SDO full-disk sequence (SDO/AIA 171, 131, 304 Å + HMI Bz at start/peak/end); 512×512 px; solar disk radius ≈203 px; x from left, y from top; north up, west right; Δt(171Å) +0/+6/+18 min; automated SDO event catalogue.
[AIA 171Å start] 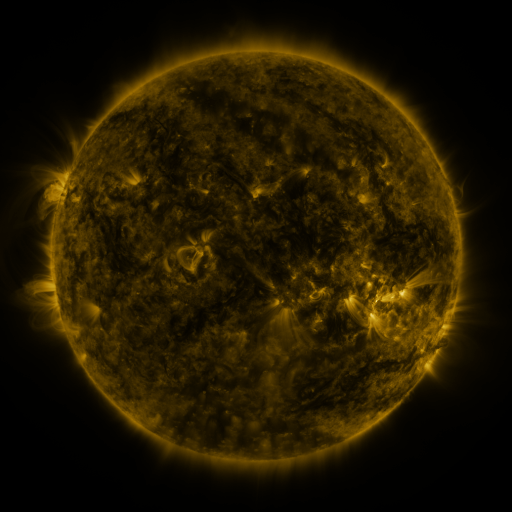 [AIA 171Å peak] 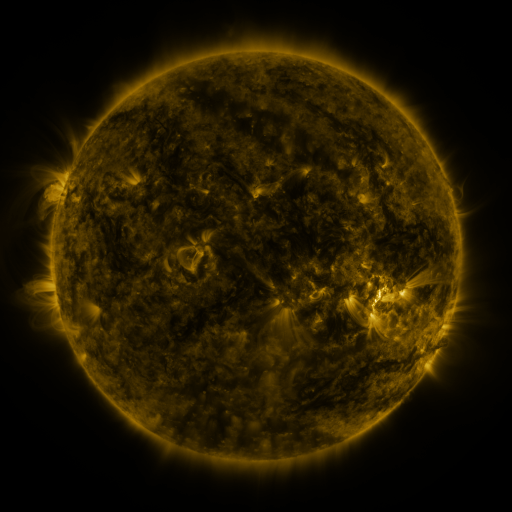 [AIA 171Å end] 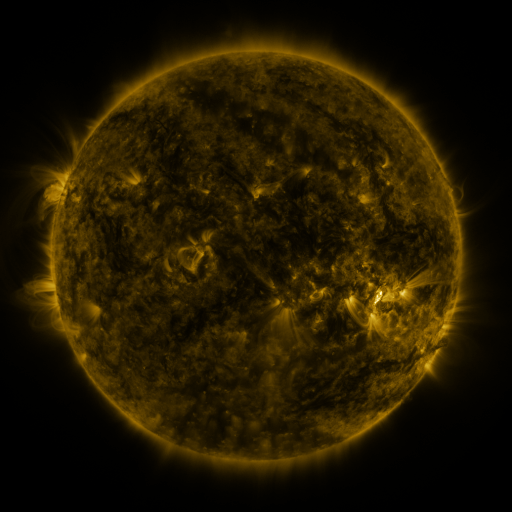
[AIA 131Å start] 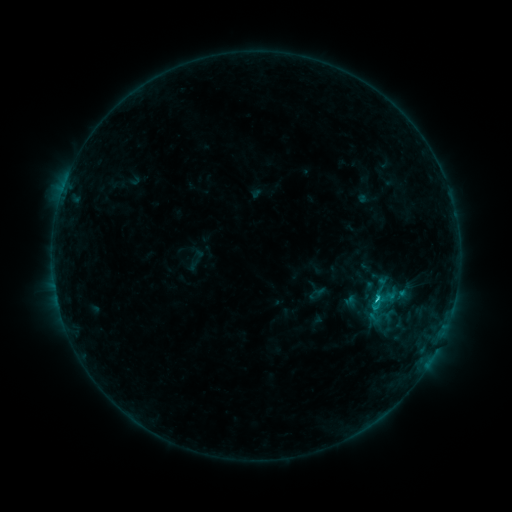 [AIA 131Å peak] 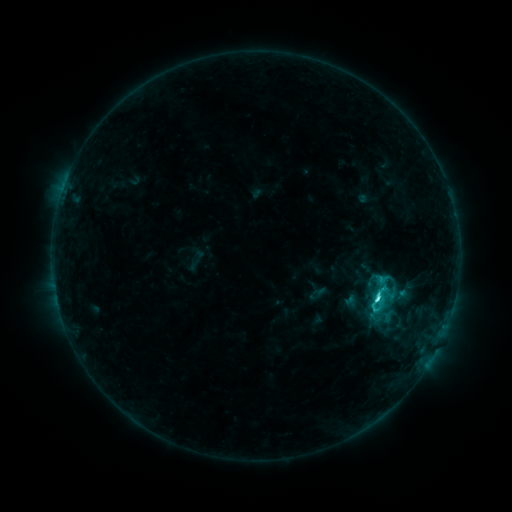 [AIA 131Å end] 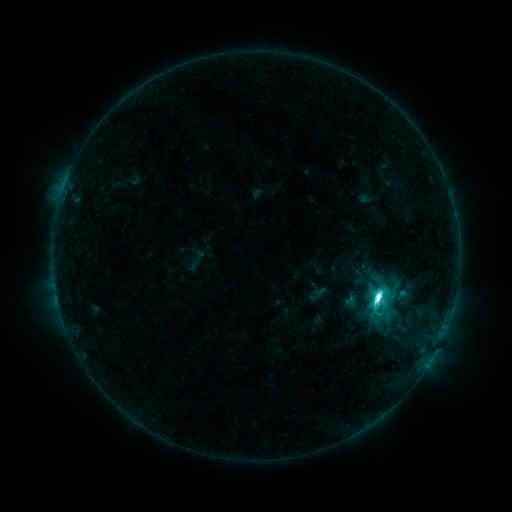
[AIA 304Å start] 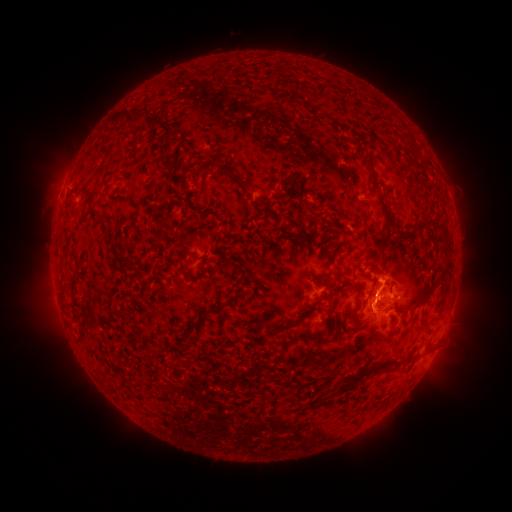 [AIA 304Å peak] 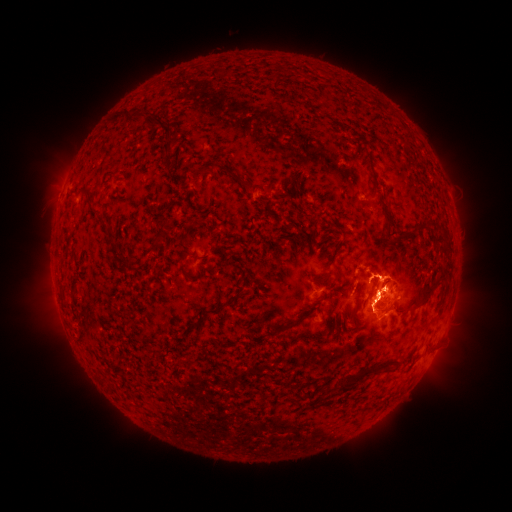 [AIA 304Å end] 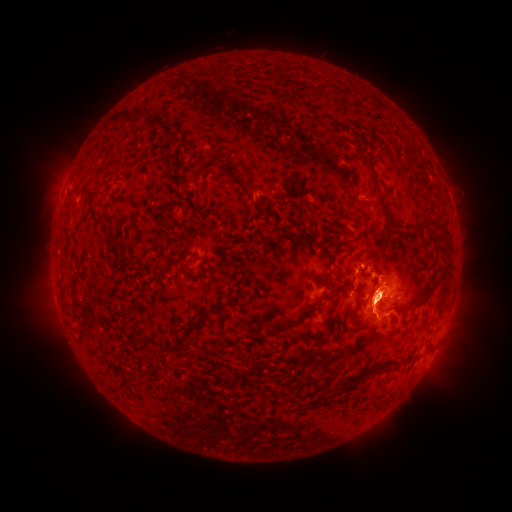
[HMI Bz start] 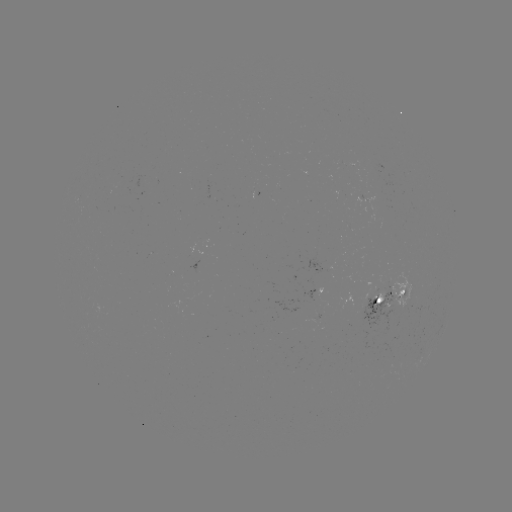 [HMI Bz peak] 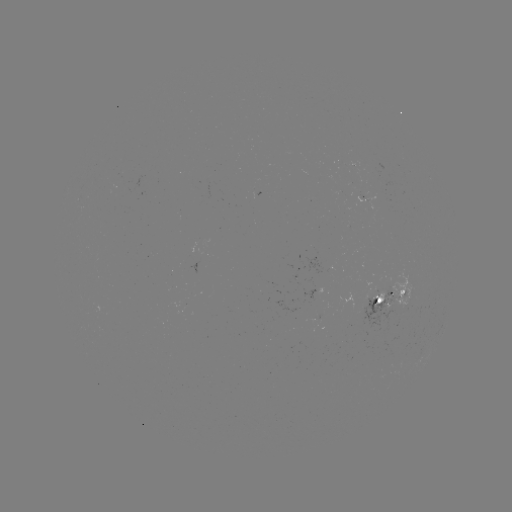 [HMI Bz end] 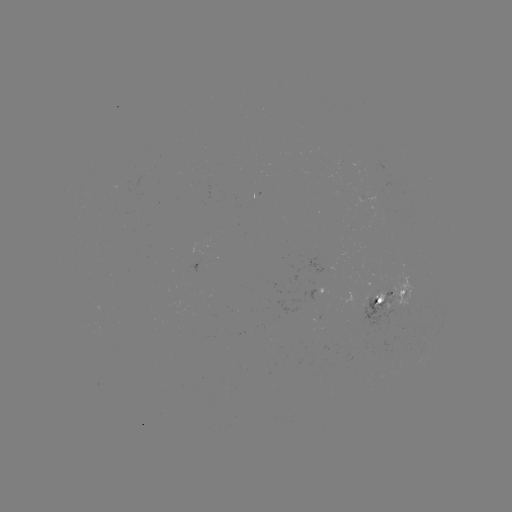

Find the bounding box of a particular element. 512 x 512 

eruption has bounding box [342, 235, 454, 348].